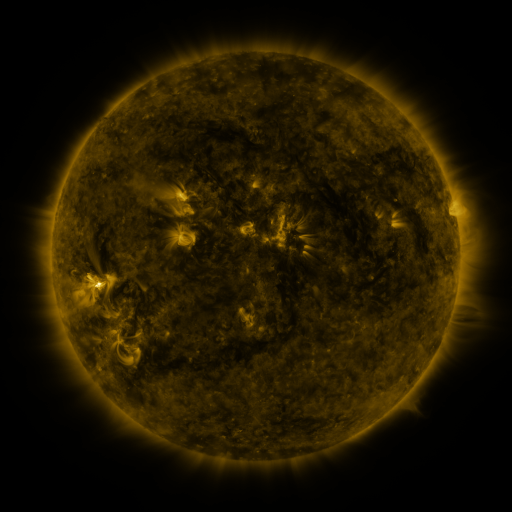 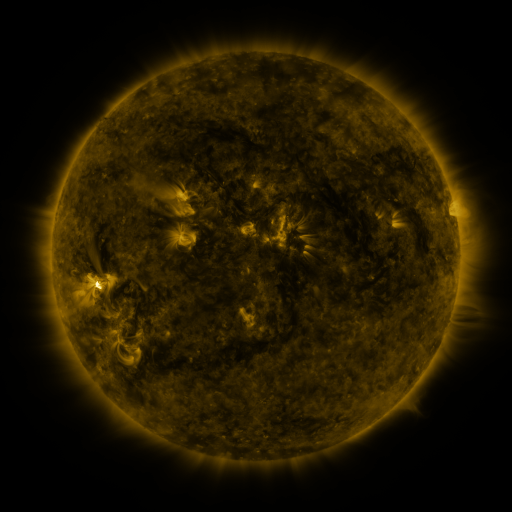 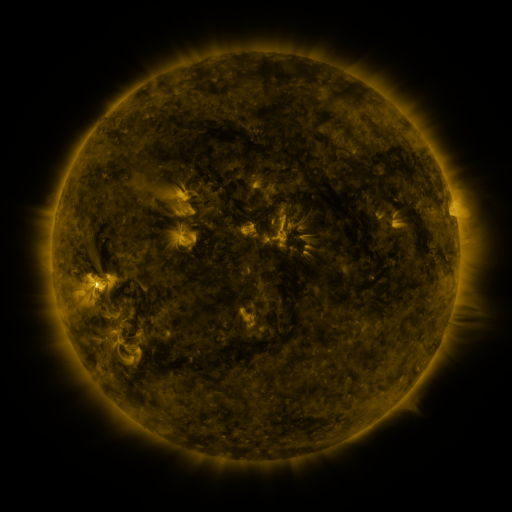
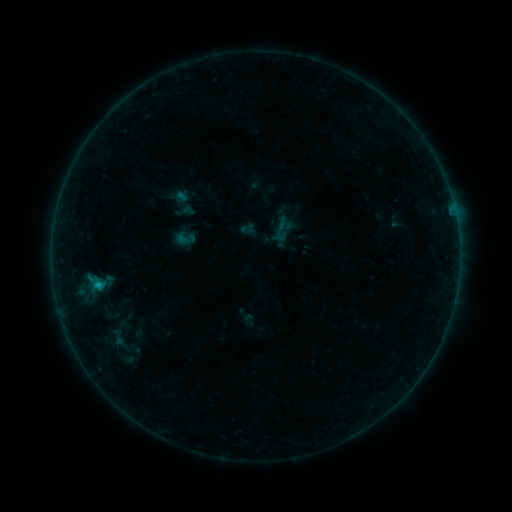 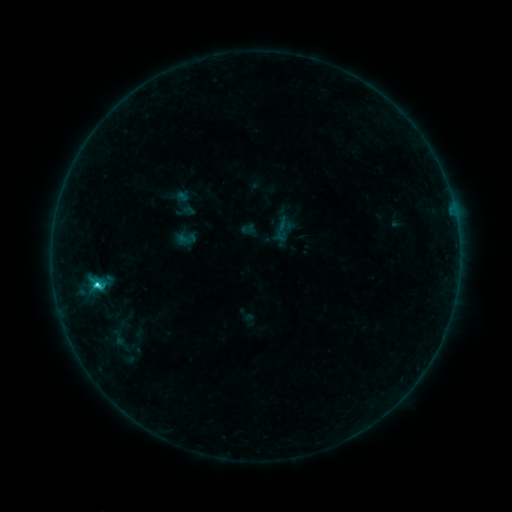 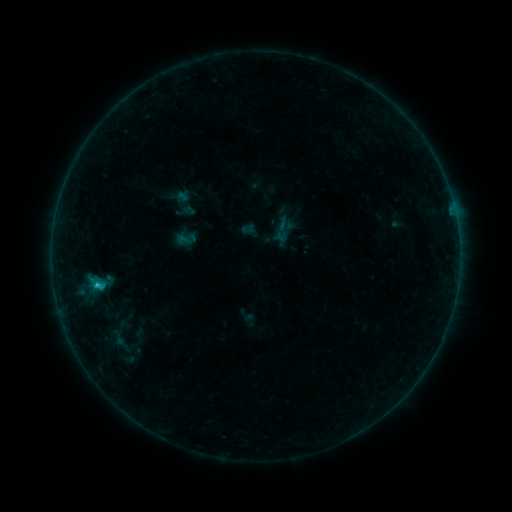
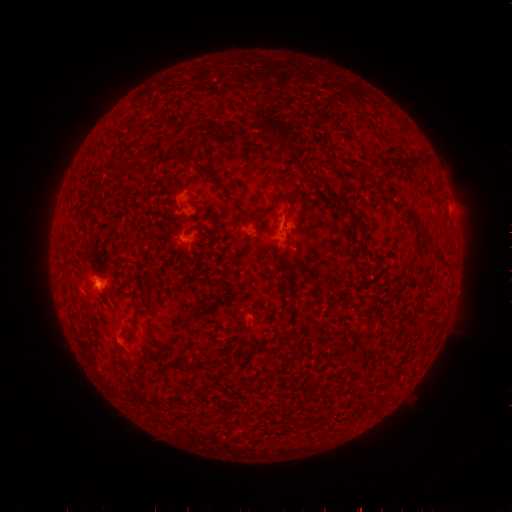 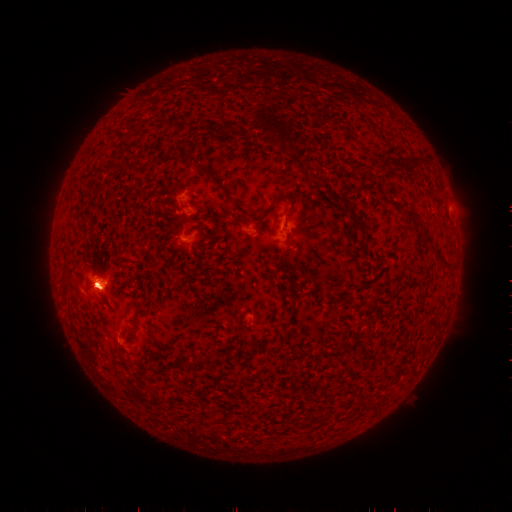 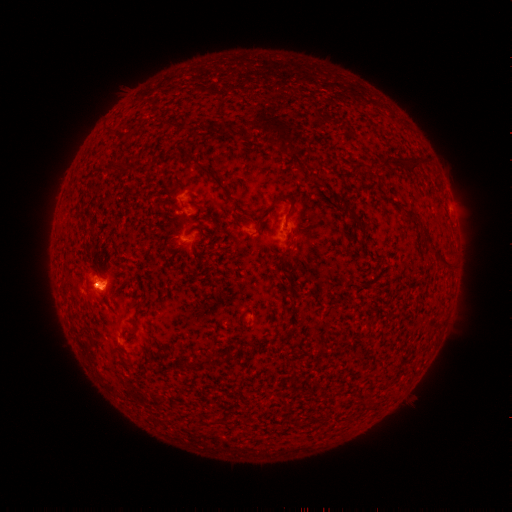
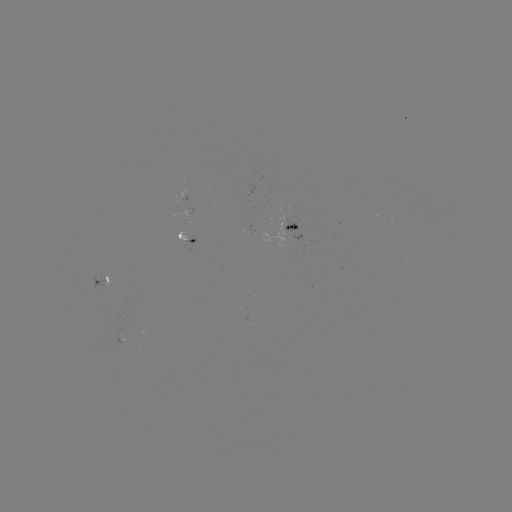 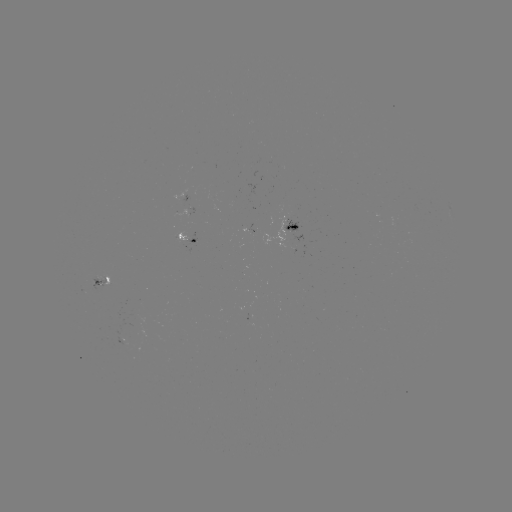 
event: flare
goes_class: C3.1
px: (98, 282)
